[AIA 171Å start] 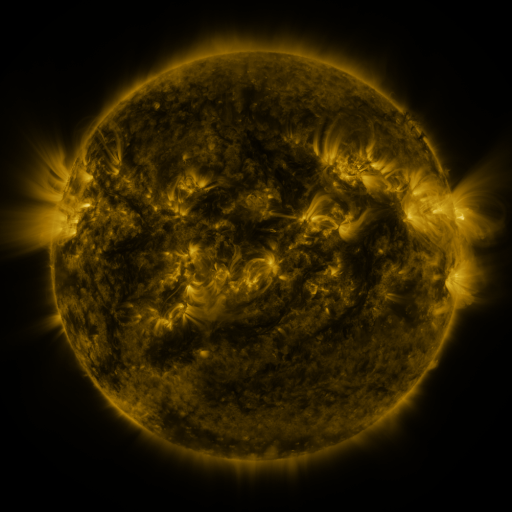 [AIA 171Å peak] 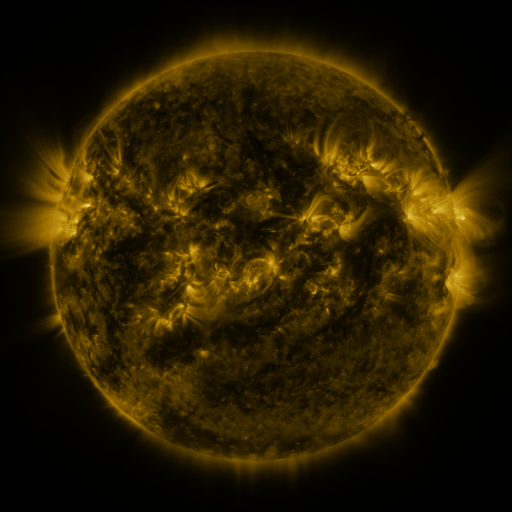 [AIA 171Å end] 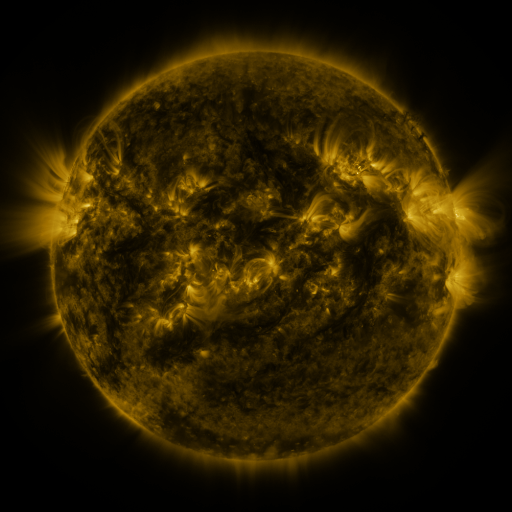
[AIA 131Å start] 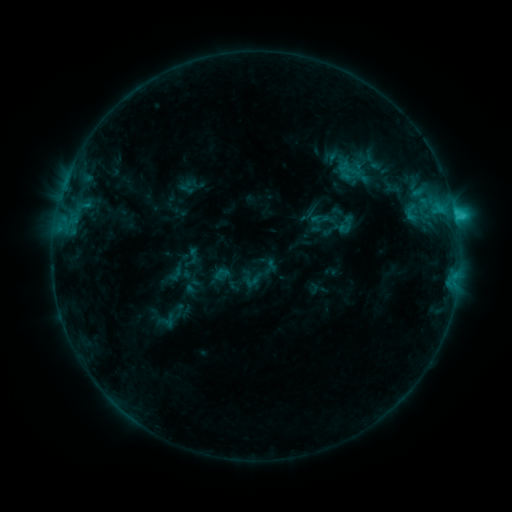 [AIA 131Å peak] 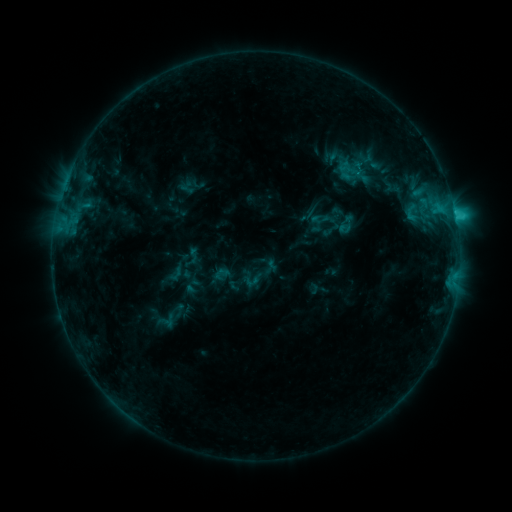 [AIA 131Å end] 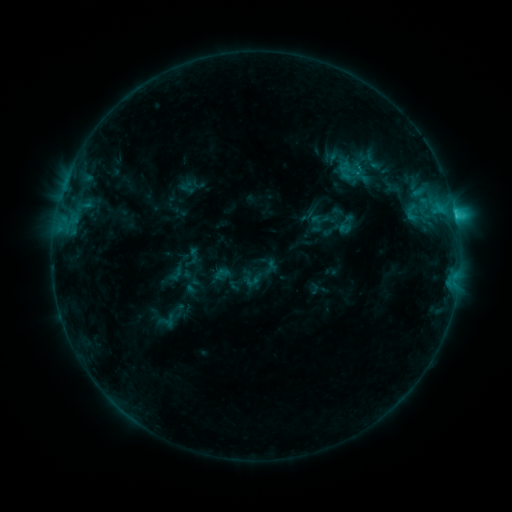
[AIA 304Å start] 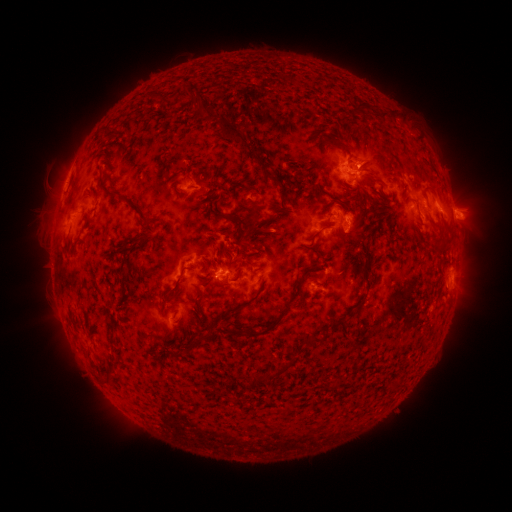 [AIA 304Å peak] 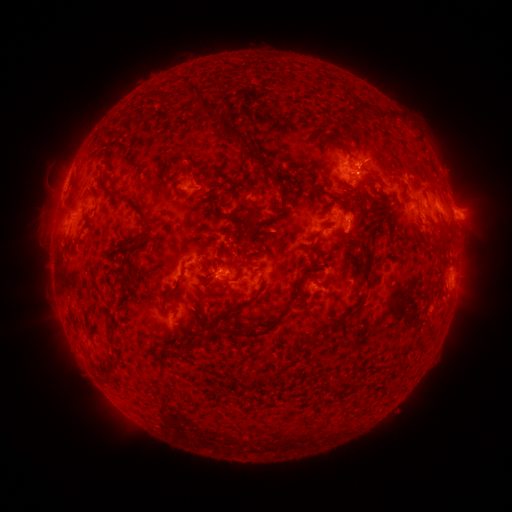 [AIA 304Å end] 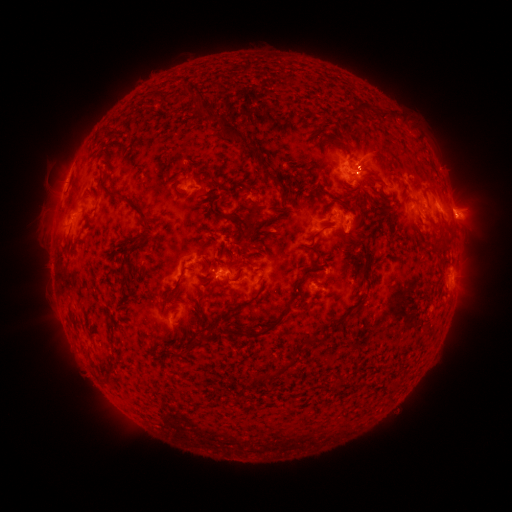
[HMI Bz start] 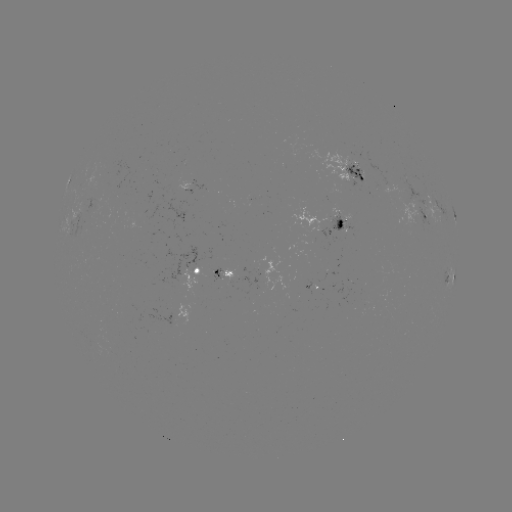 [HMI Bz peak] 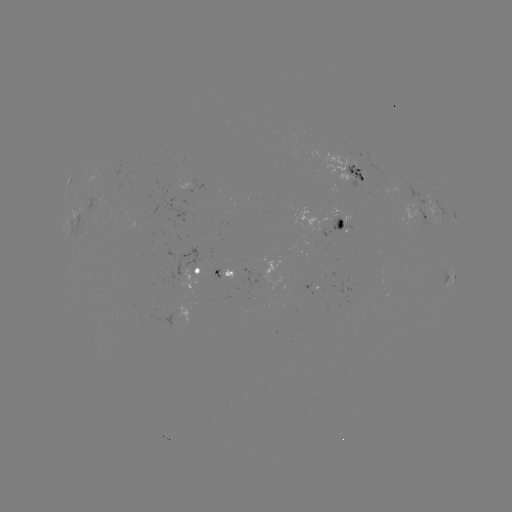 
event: eruption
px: (372, 151)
